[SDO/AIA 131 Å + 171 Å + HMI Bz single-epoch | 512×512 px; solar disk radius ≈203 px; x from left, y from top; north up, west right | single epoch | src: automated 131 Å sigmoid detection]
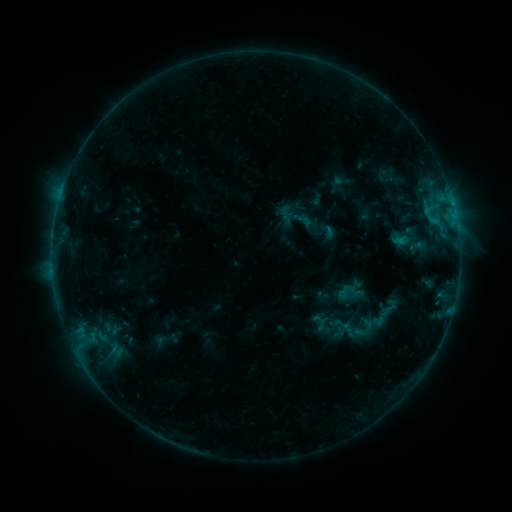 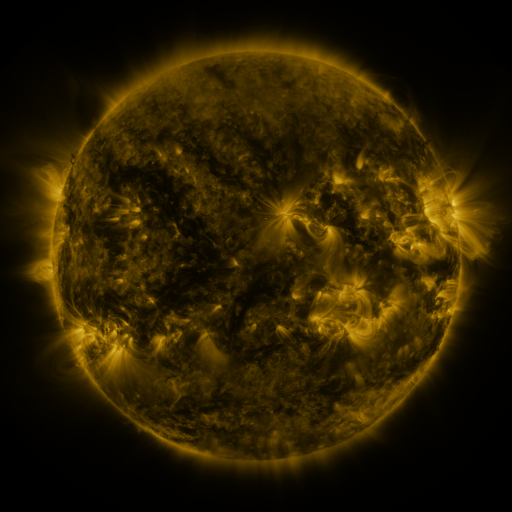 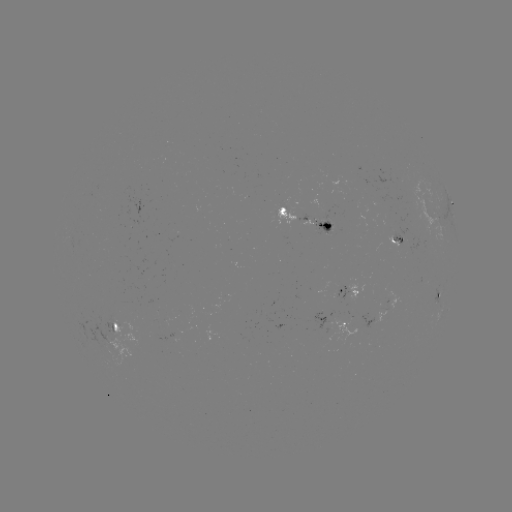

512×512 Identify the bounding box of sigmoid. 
[386, 223, 420, 251].